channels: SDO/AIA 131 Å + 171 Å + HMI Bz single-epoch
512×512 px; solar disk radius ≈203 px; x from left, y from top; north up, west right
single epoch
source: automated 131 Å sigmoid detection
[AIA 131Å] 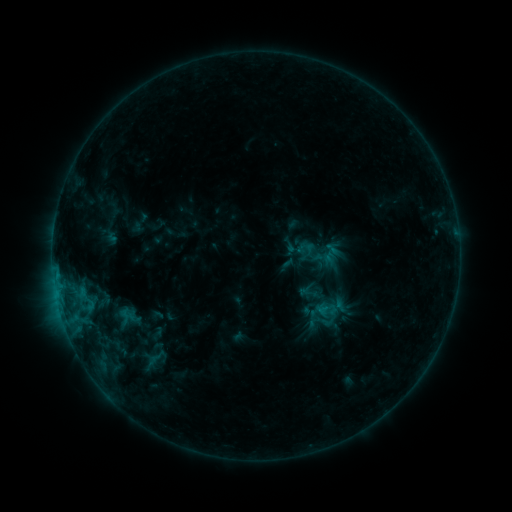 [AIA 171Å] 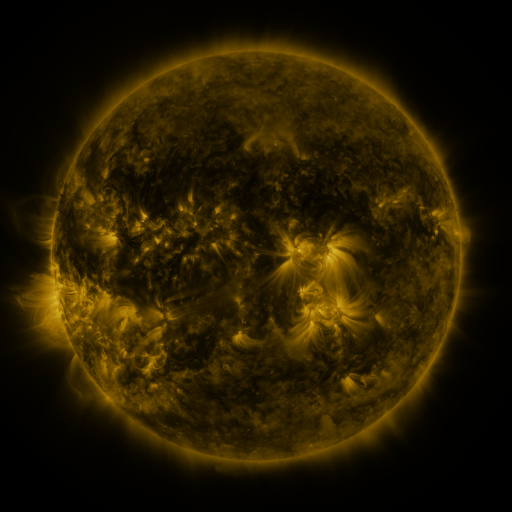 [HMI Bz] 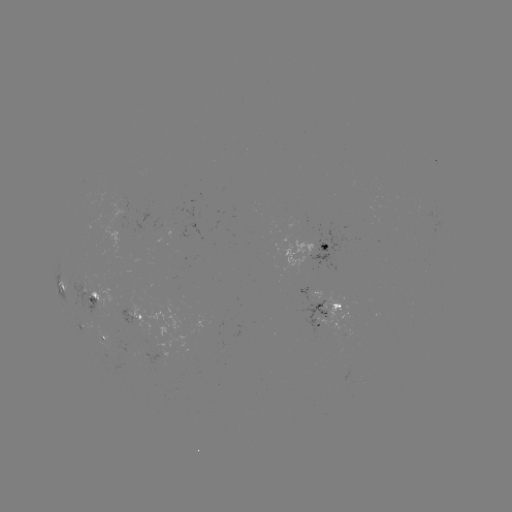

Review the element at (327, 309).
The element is sigmoid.